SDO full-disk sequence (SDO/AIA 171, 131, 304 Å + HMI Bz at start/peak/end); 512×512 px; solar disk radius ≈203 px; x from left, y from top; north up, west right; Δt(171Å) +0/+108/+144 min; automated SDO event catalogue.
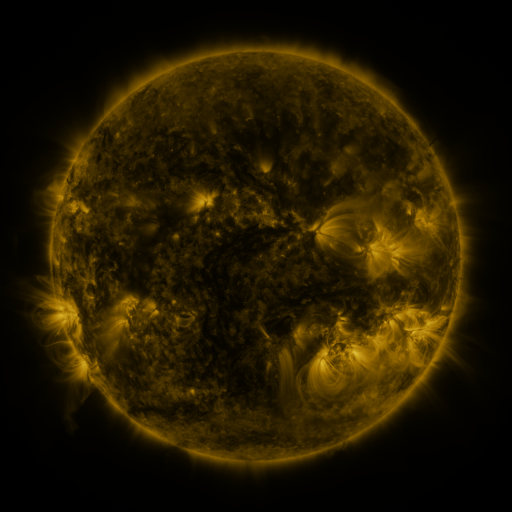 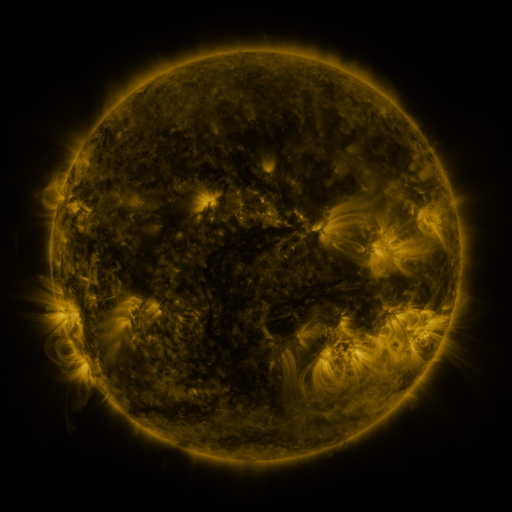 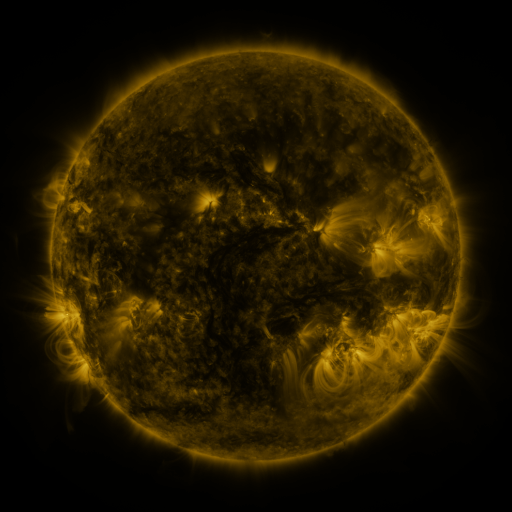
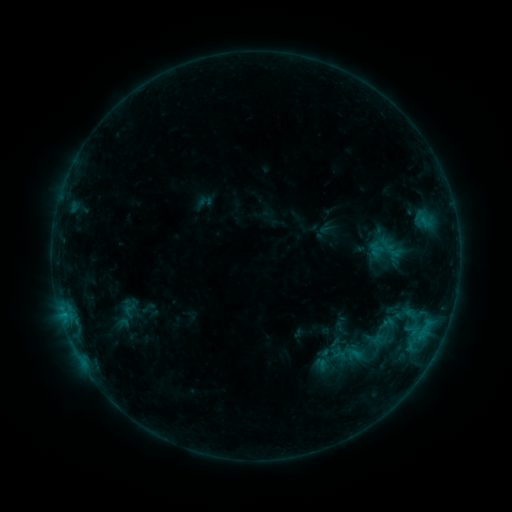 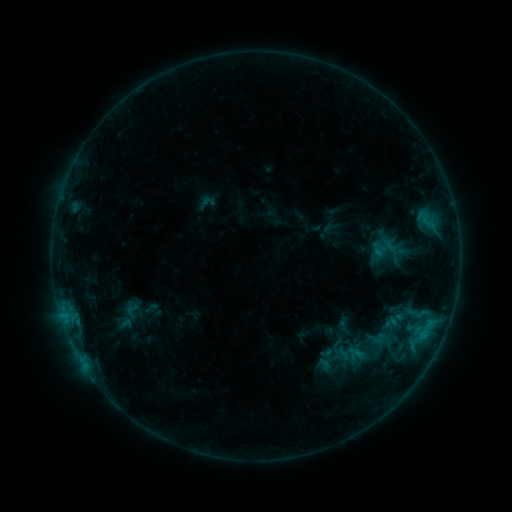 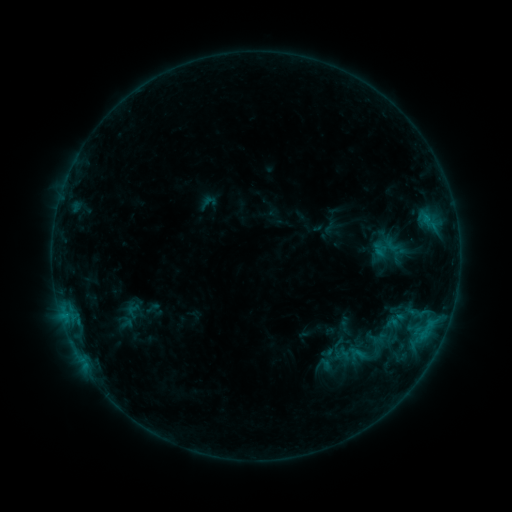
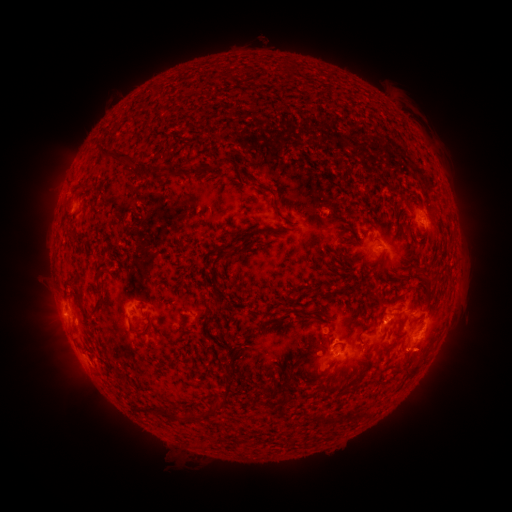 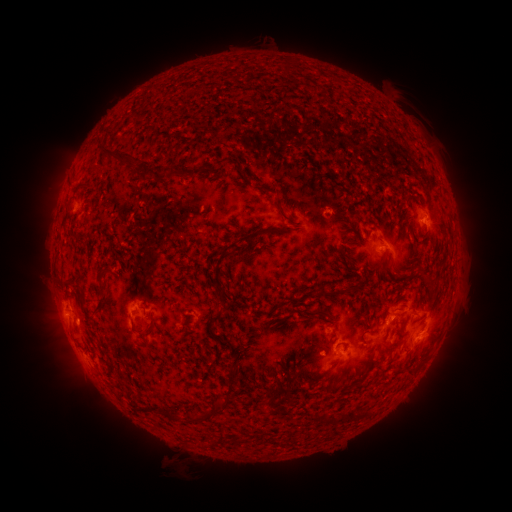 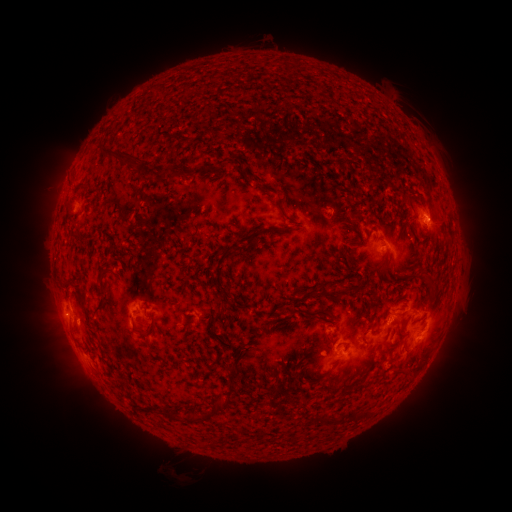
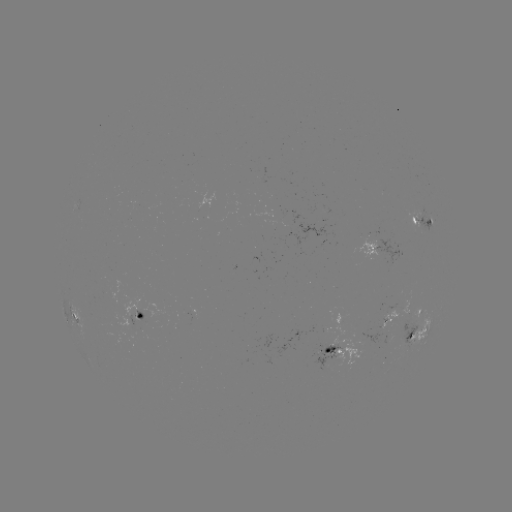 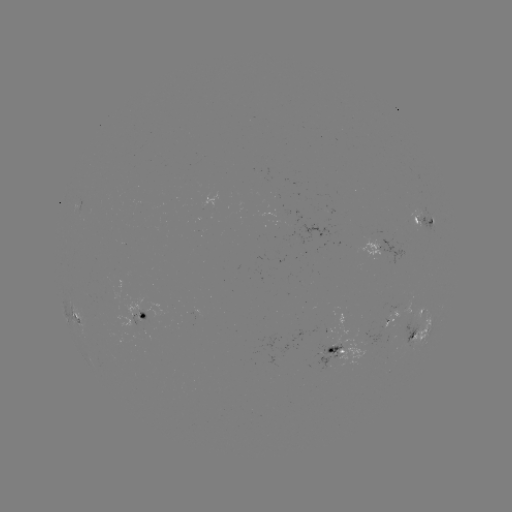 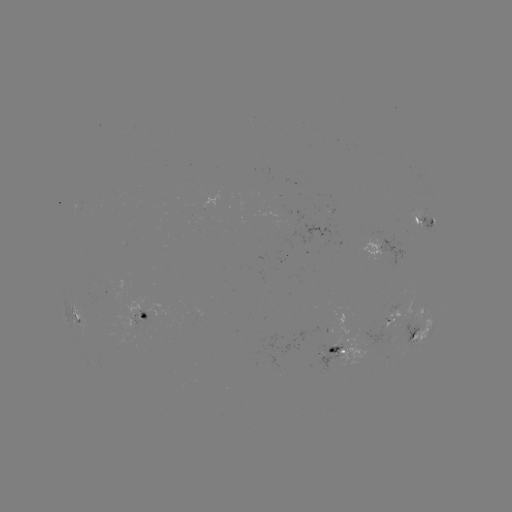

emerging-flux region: <bbox>258, 205, 282, 216</bbox>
